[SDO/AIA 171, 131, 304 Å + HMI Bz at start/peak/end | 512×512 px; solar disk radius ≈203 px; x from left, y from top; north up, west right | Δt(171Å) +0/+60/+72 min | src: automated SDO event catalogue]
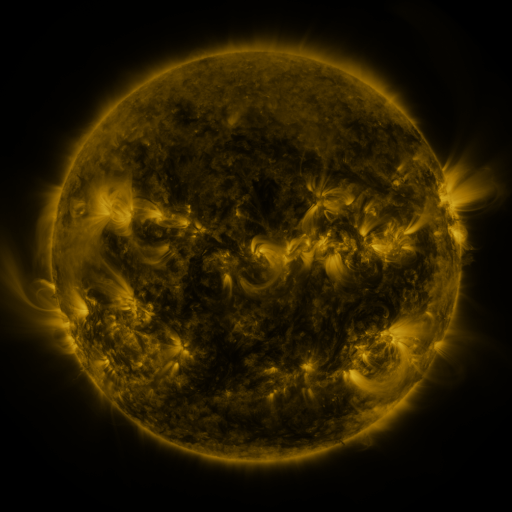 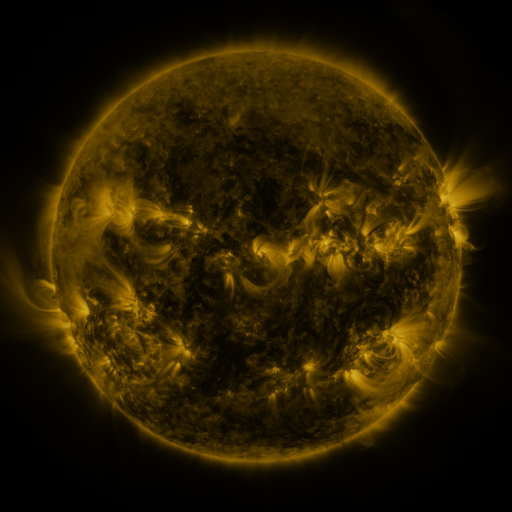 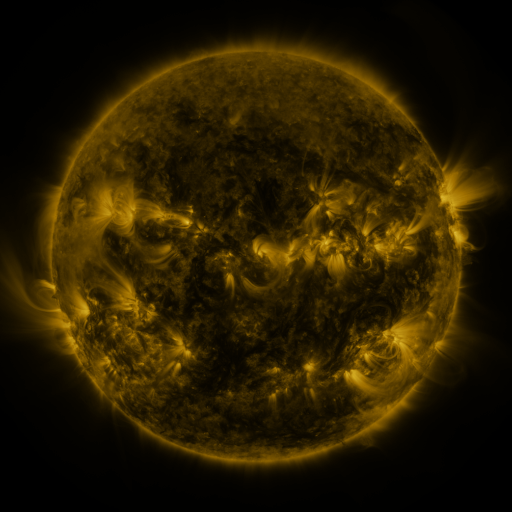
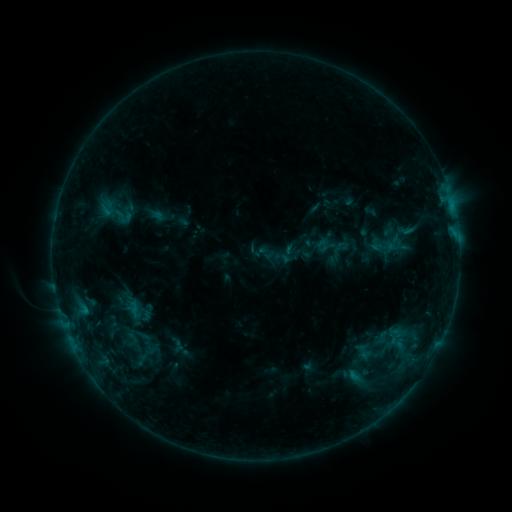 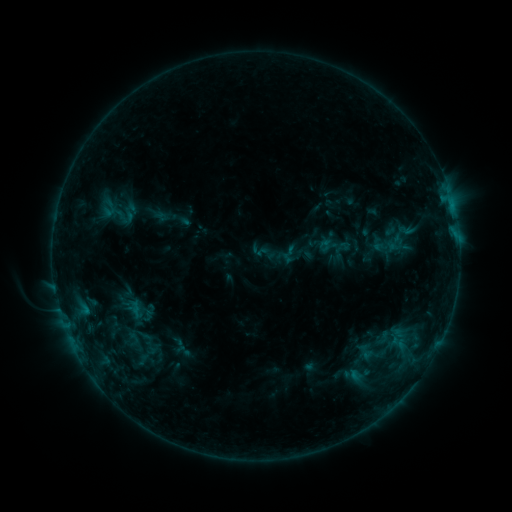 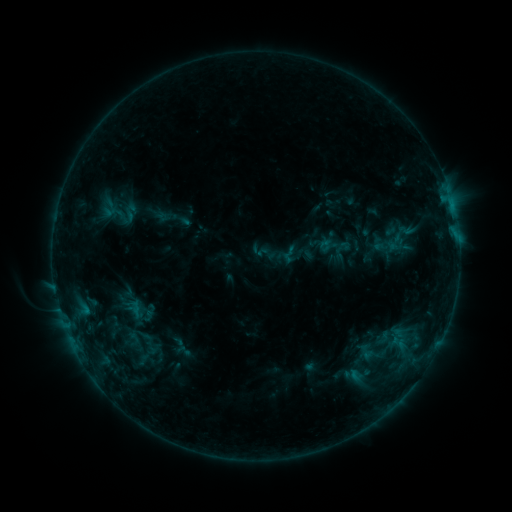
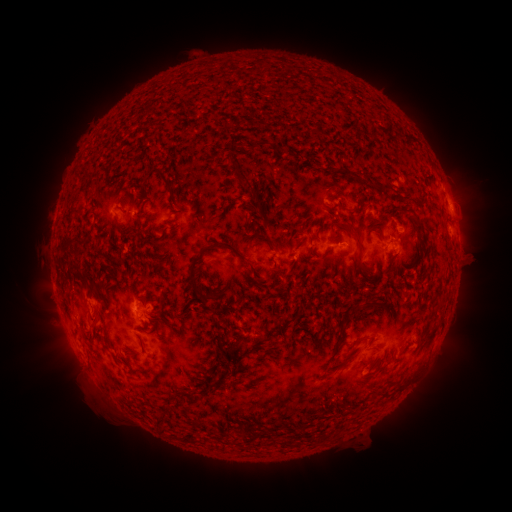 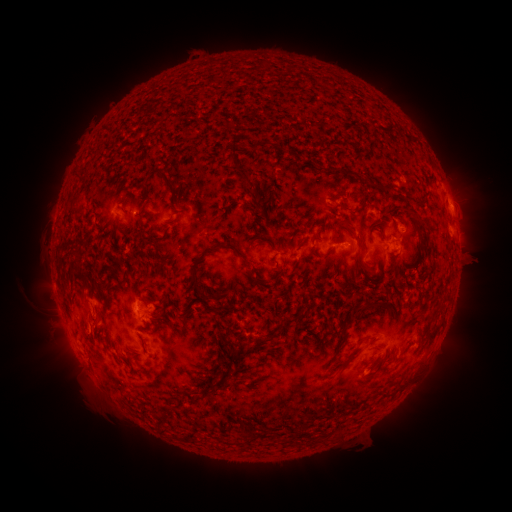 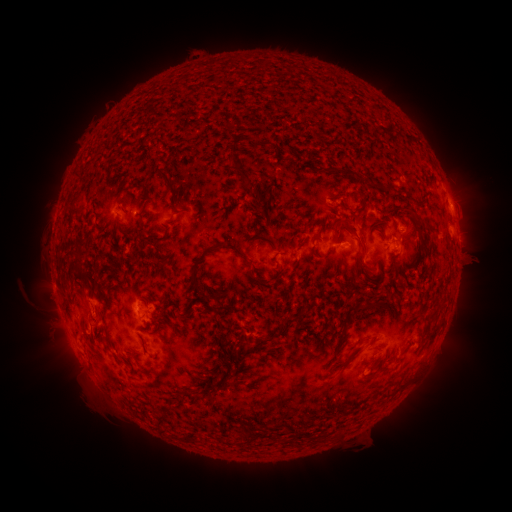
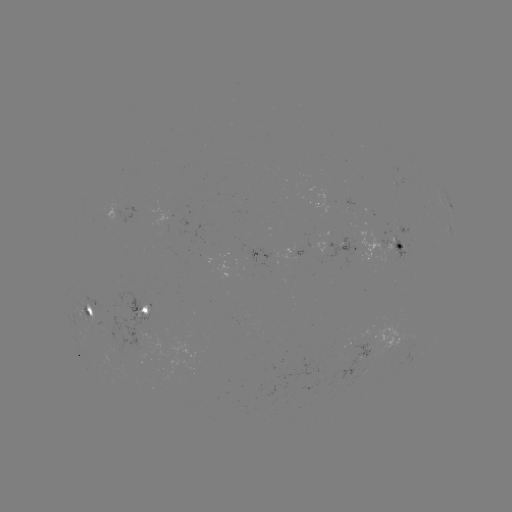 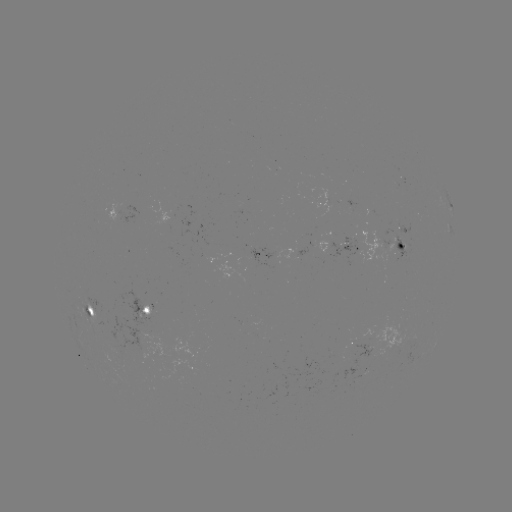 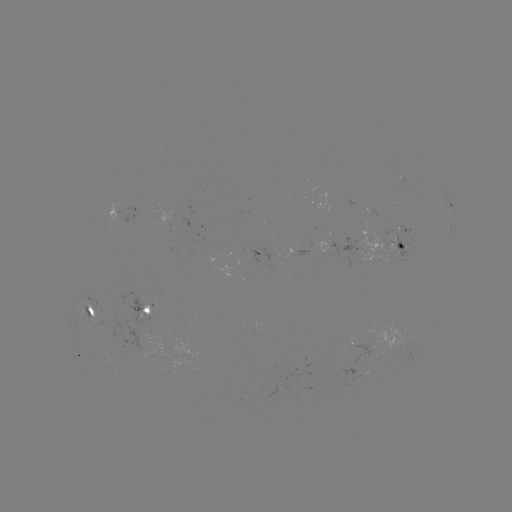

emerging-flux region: <bbox>396, 226, 409, 233</bbox>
